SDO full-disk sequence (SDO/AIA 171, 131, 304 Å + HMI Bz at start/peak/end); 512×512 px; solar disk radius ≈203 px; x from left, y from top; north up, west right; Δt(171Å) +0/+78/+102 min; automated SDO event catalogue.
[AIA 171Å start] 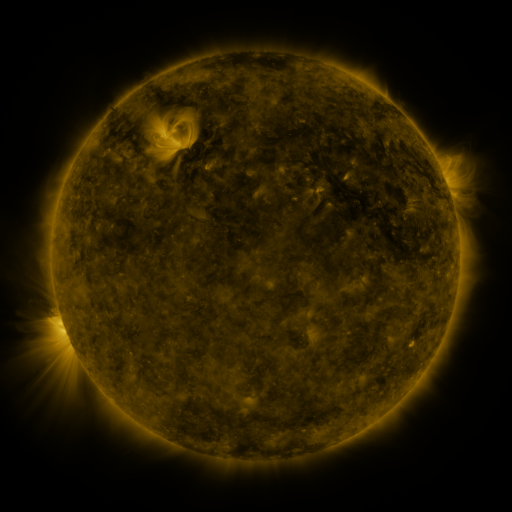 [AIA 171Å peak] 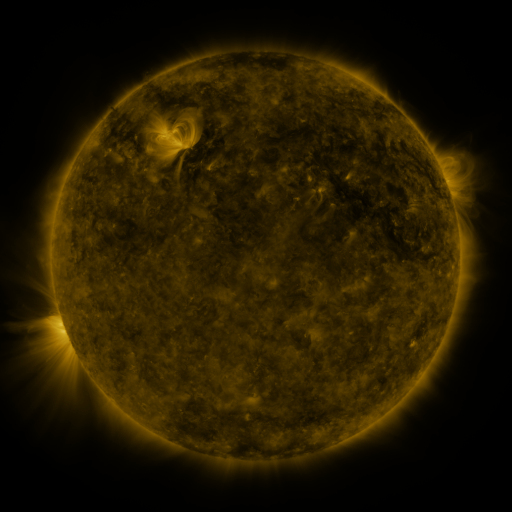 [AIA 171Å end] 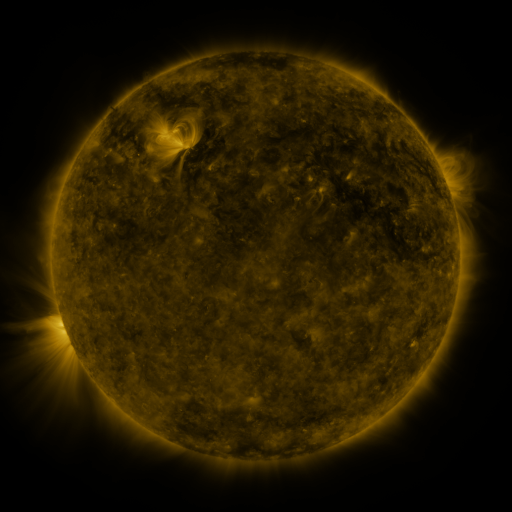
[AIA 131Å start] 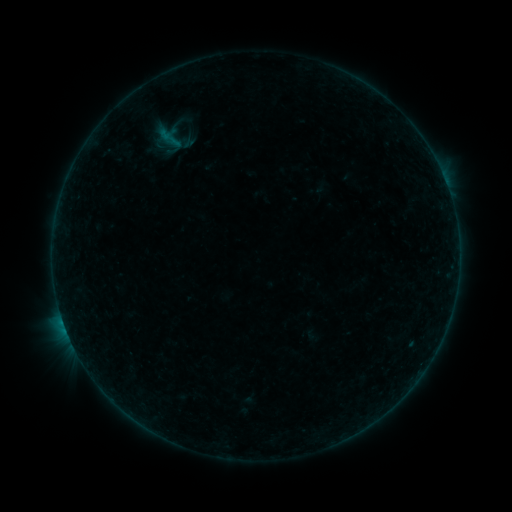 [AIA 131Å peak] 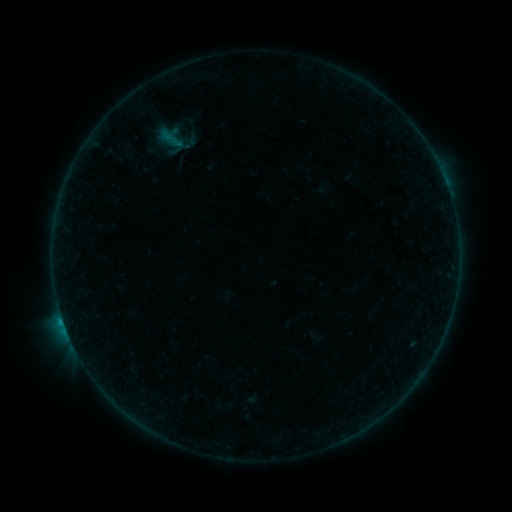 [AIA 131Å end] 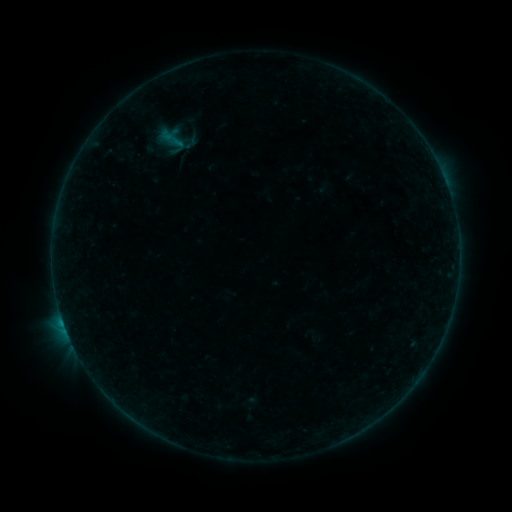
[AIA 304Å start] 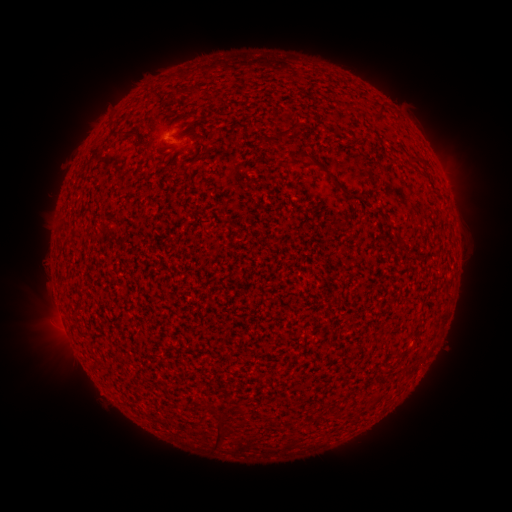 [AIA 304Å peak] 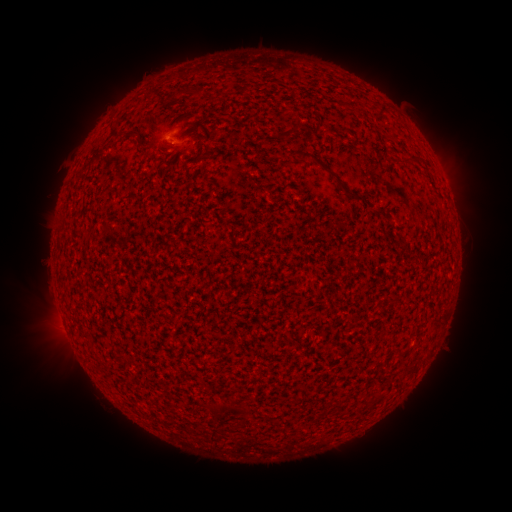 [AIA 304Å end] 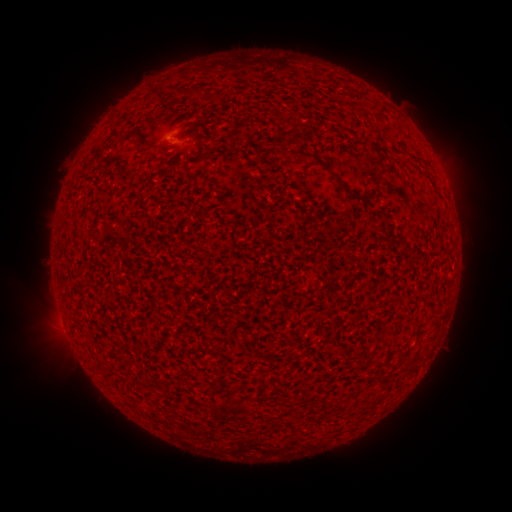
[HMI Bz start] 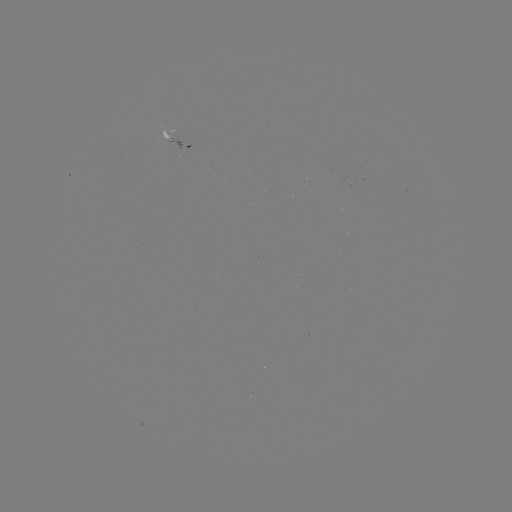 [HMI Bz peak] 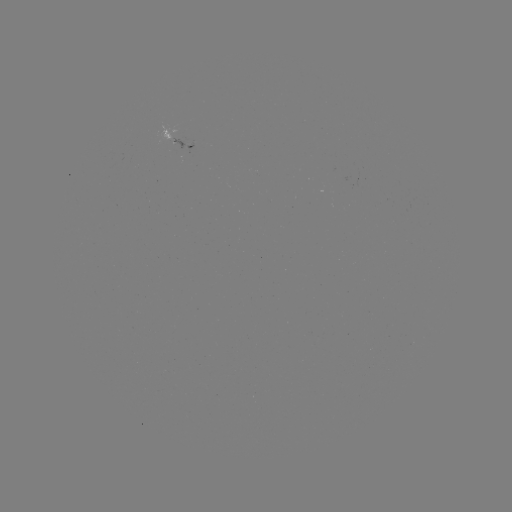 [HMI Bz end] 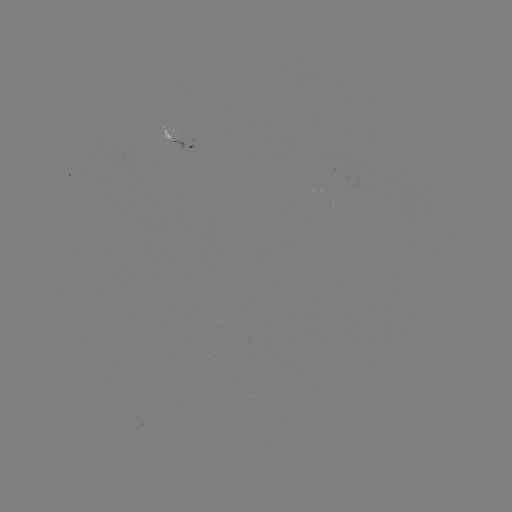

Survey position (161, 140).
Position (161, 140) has B2.9 flare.